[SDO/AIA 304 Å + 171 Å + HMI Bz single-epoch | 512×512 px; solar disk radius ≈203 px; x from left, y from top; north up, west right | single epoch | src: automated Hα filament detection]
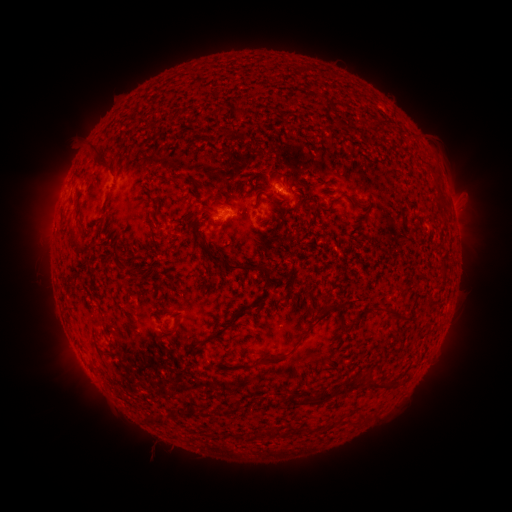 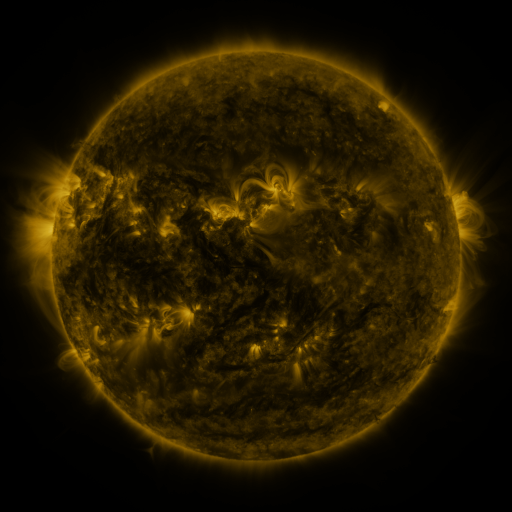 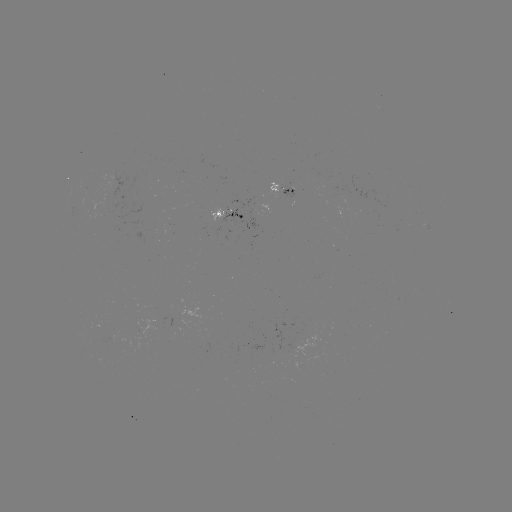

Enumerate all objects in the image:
filament: (331, 108)
filament: (373, 125)
filament: (92, 154)
filament: (104, 165)
filament: (175, 178)
filament: (303, 190)
filament: (438, 197)
filament: (357, 203)
filament: (76, 243)
filament: (213, 257)
filament: (117, 260)
filament: (432, 299)
filament: (326, 305)
filament: (393, 311)
filament: (236, 315)
filament: (174, 330)
filament: (265, 359)
filament: (350, 383)
filament: (385, 383)
filament: (313, 399)
filament: (224, 411)
filament: (192, 413)
filament: (160, 420)
filament: (281, 432)
filament: (243, 436)
